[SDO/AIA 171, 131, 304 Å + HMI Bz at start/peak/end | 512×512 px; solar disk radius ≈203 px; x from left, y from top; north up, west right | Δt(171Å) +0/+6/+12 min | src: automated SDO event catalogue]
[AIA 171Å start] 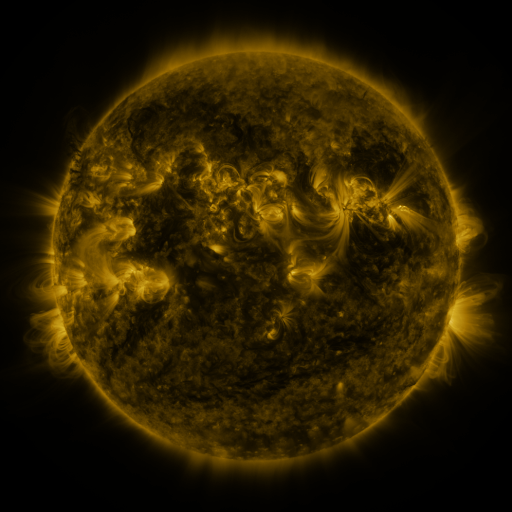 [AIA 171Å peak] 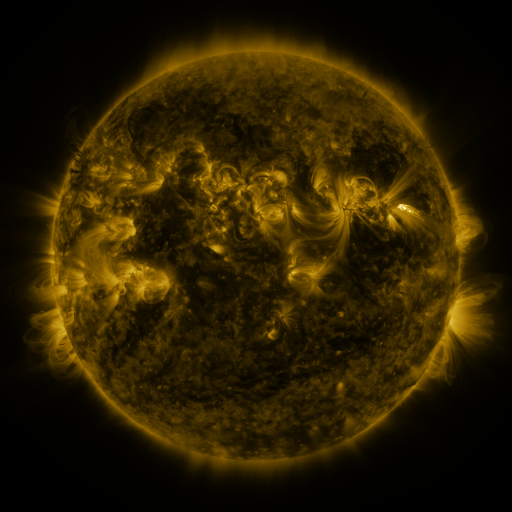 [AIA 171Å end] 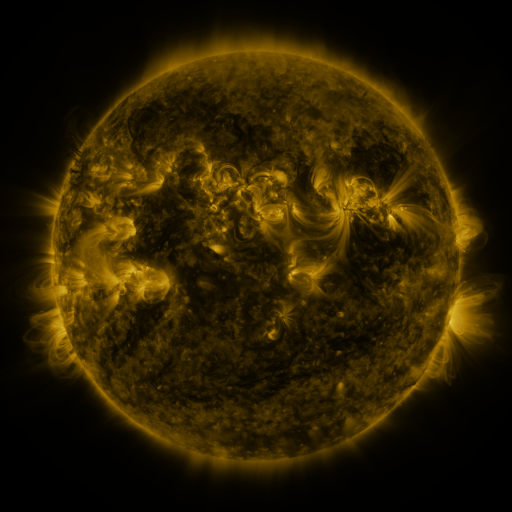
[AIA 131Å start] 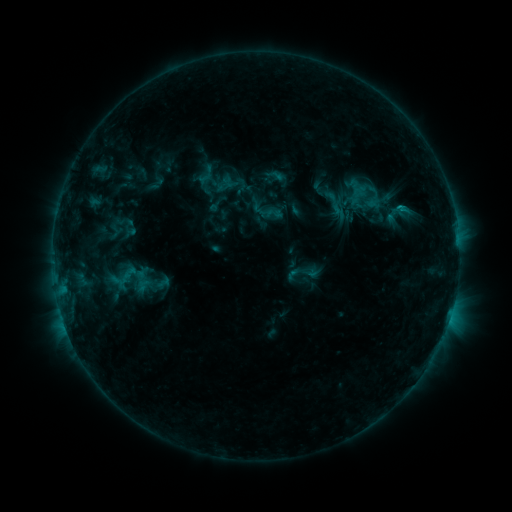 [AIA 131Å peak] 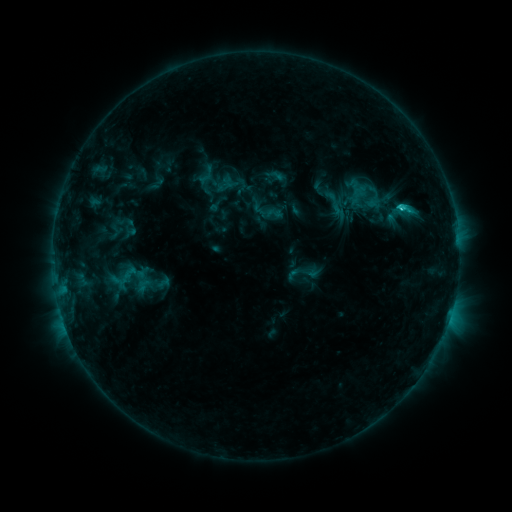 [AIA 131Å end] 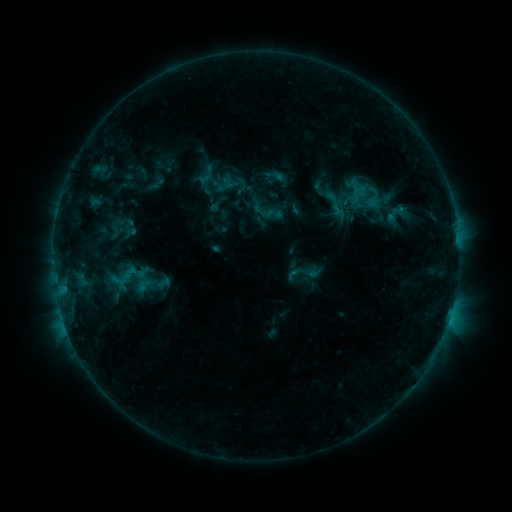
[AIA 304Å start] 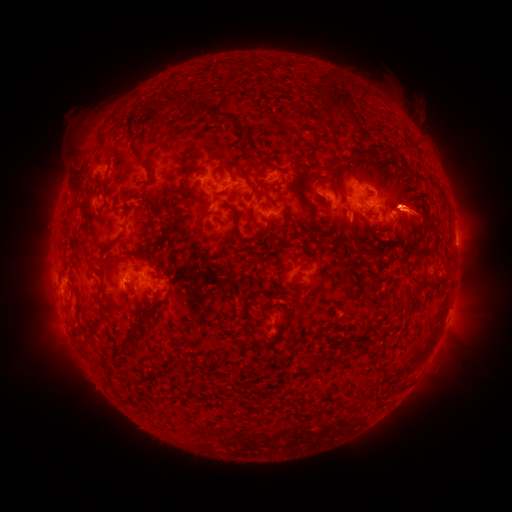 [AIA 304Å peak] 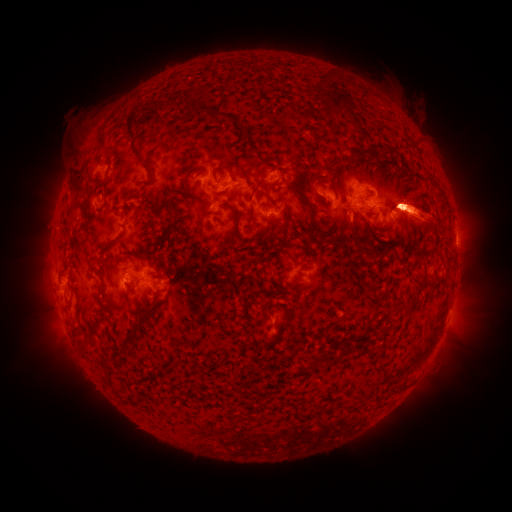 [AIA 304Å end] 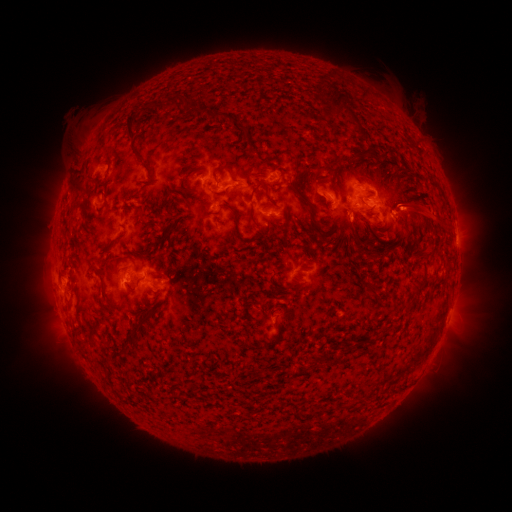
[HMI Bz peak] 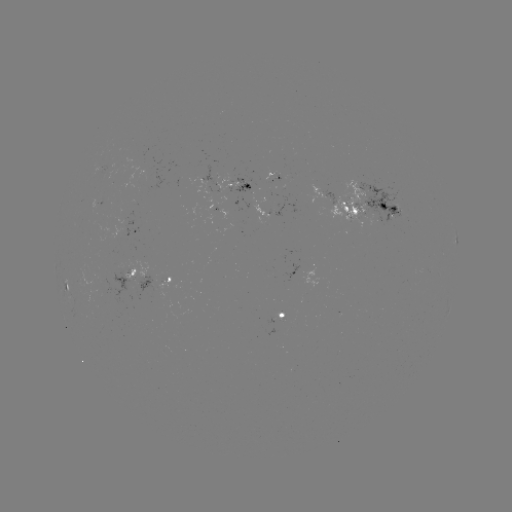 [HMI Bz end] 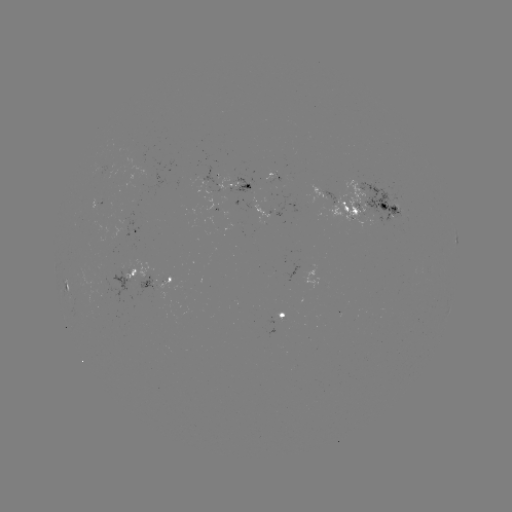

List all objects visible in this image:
C1.3 flare: (399, 210)
